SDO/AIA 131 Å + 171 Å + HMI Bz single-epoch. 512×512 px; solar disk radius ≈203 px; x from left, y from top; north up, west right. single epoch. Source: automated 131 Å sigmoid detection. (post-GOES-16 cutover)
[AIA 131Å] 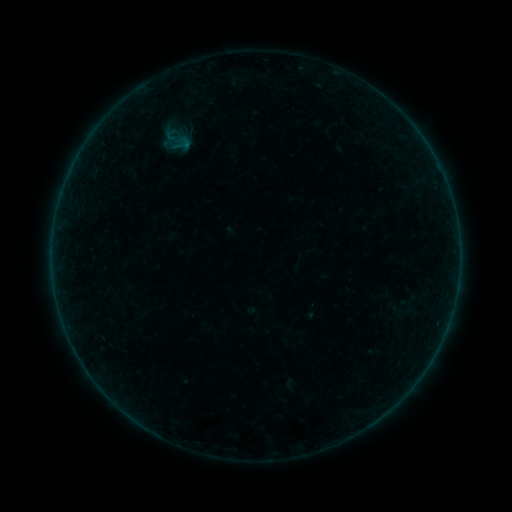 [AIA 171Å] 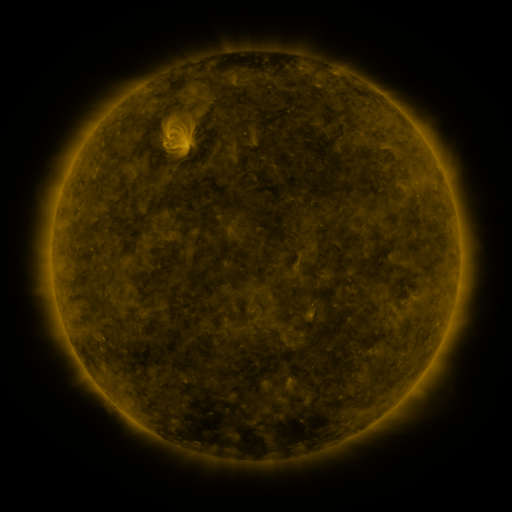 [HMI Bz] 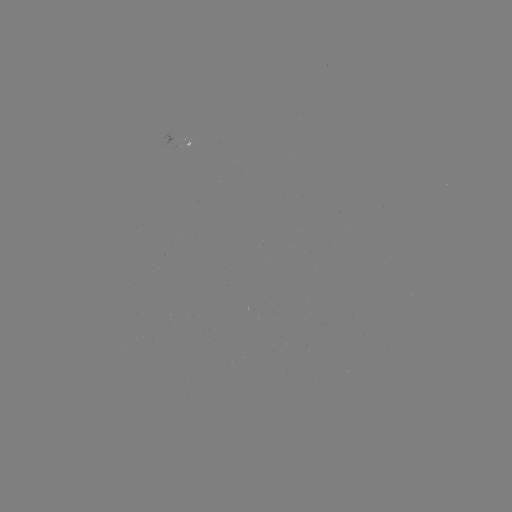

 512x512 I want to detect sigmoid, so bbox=[172, 133, 192, 154].